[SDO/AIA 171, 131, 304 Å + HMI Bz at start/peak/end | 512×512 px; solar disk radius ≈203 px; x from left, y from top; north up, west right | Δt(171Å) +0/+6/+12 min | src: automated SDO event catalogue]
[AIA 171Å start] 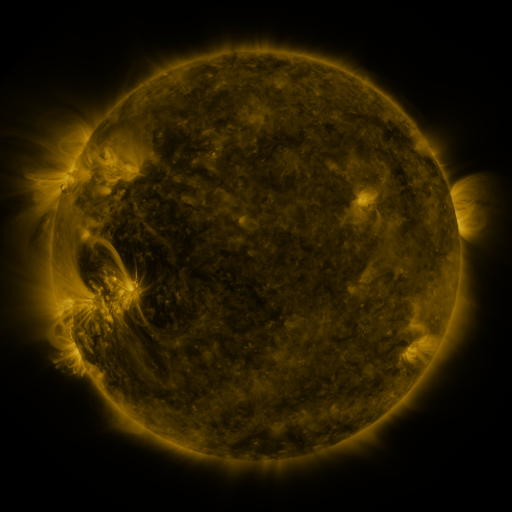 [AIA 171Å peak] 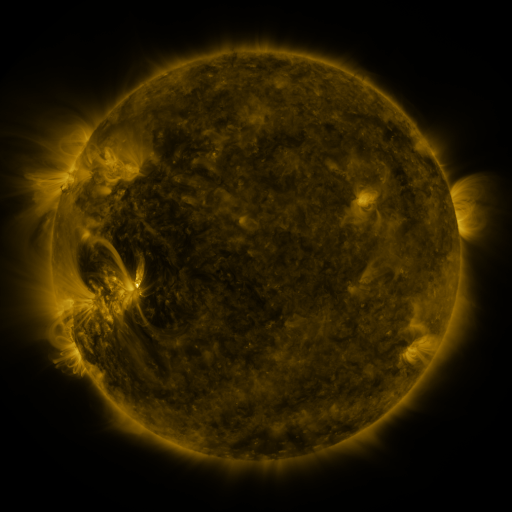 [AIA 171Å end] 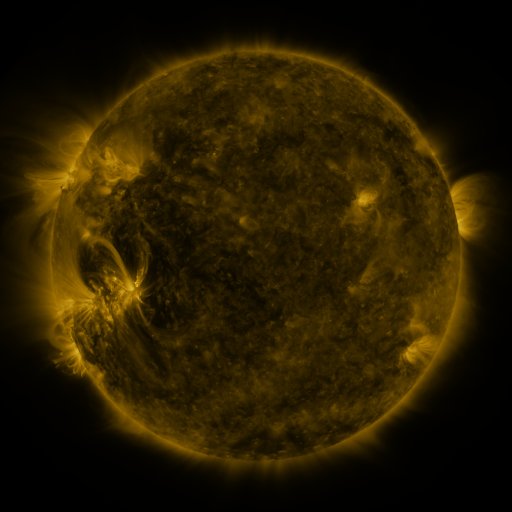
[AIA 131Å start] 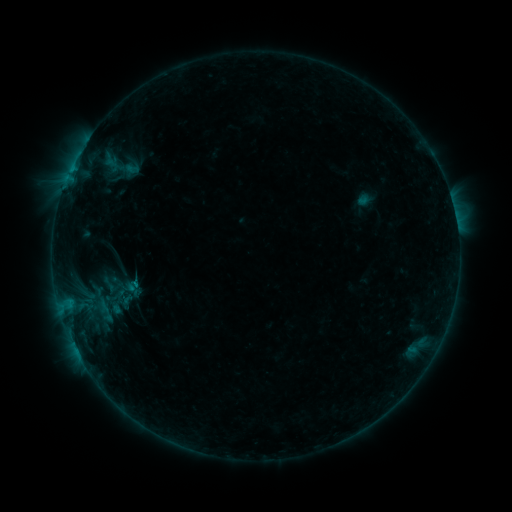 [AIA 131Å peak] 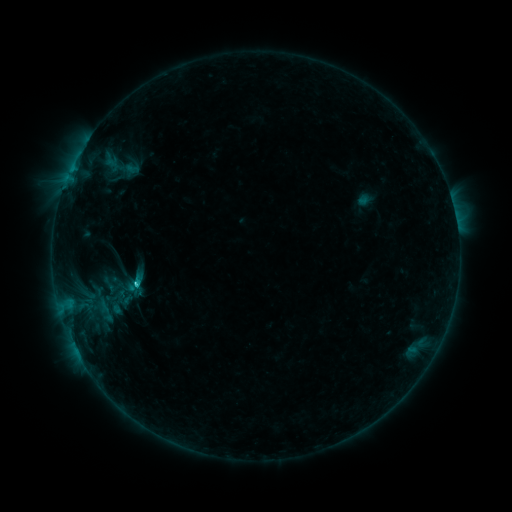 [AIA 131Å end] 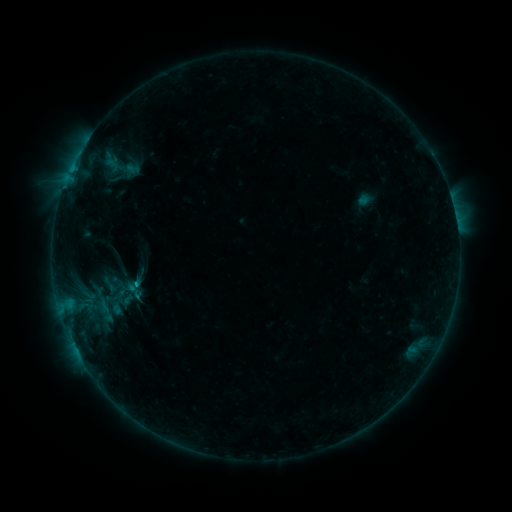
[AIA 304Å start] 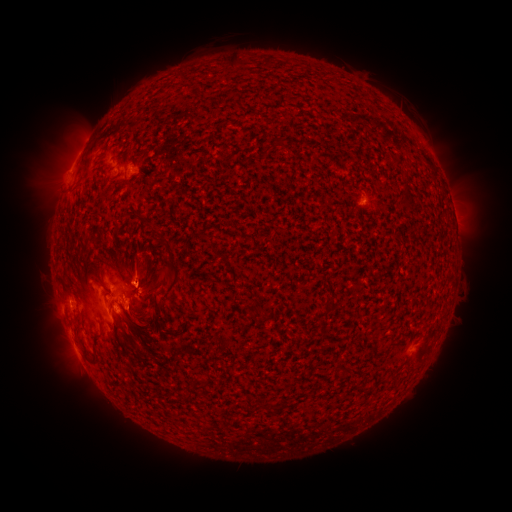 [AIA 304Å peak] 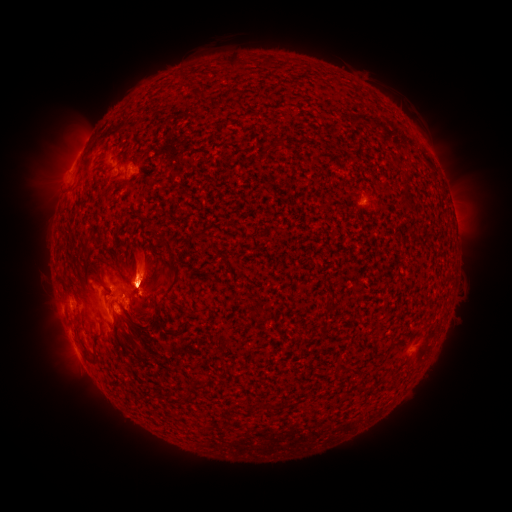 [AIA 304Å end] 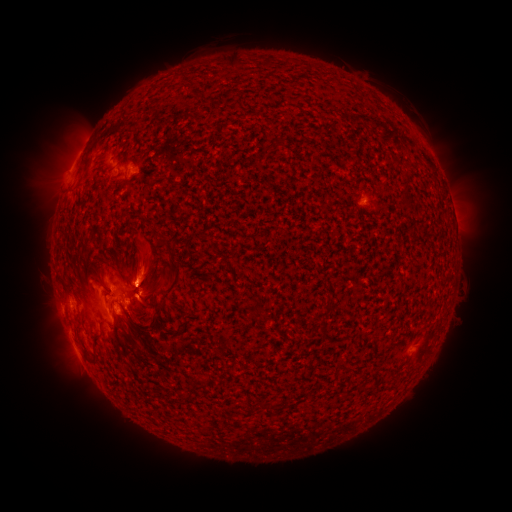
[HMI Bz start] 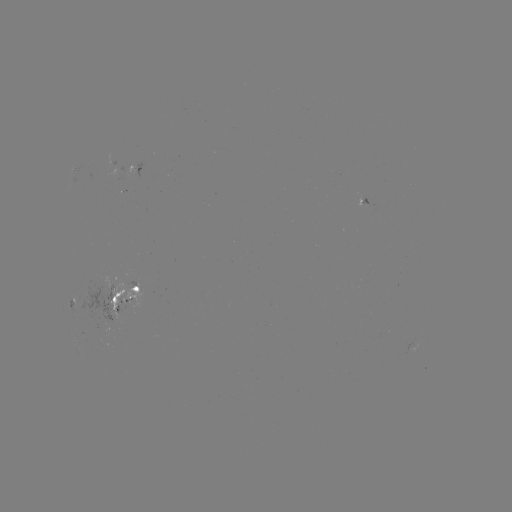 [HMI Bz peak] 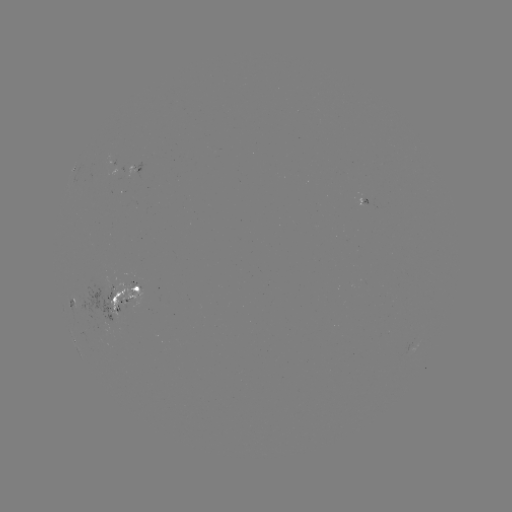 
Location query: C1.0 flare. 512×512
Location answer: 139,282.